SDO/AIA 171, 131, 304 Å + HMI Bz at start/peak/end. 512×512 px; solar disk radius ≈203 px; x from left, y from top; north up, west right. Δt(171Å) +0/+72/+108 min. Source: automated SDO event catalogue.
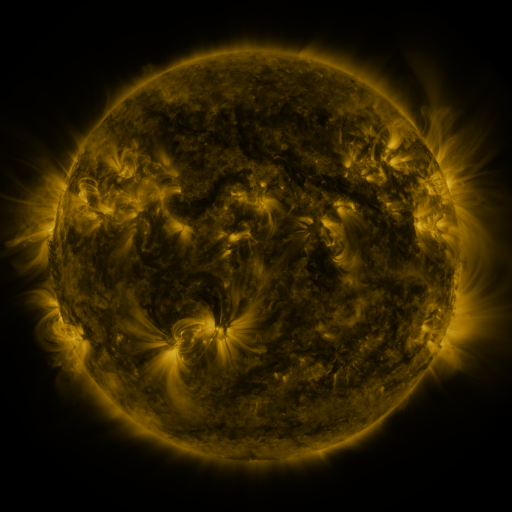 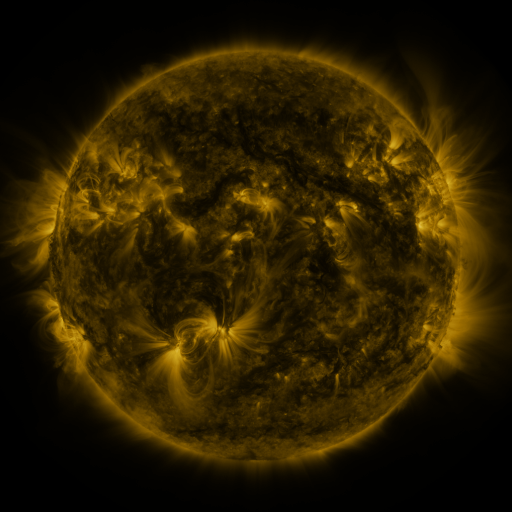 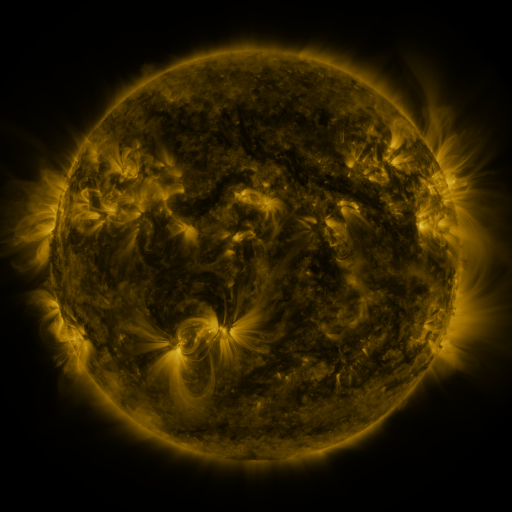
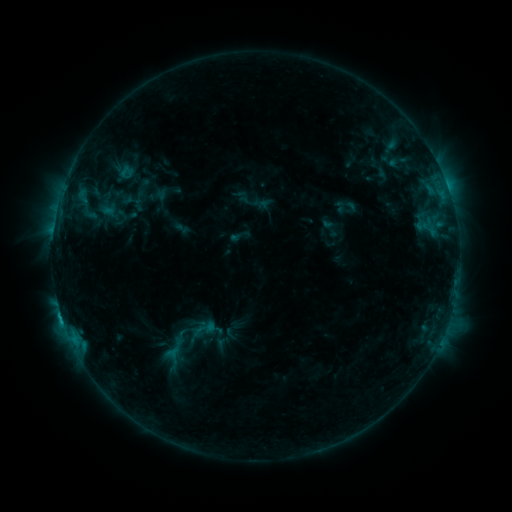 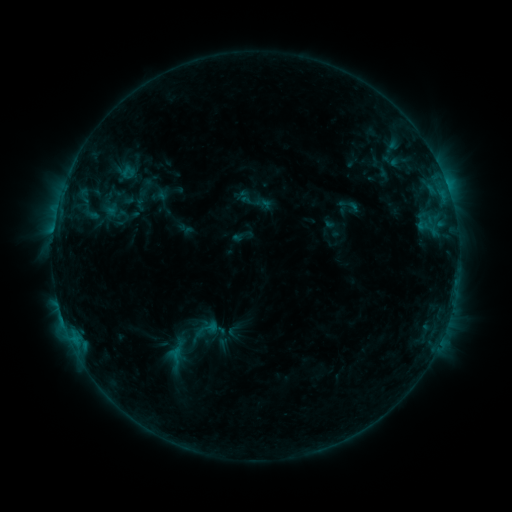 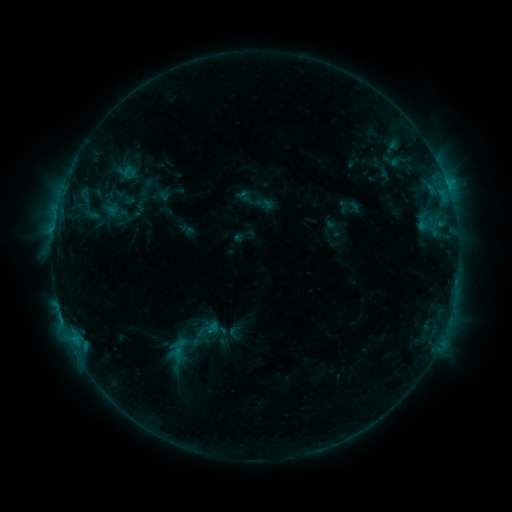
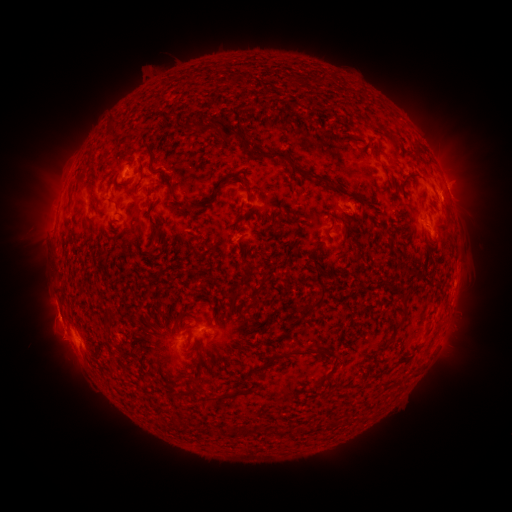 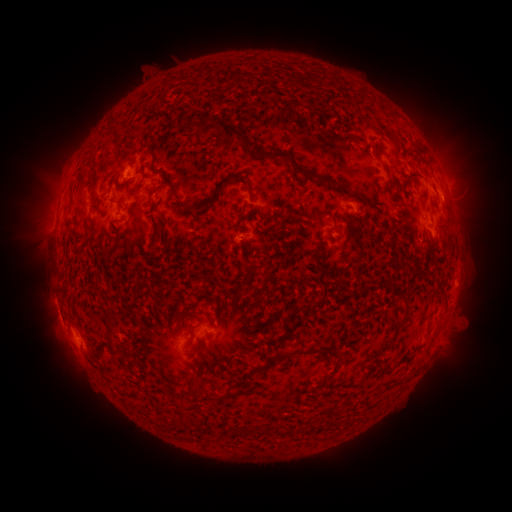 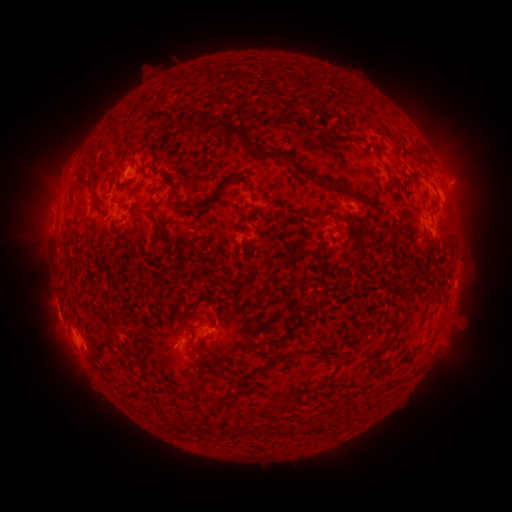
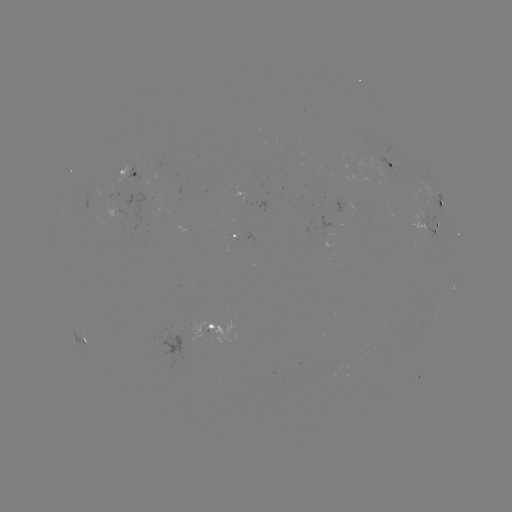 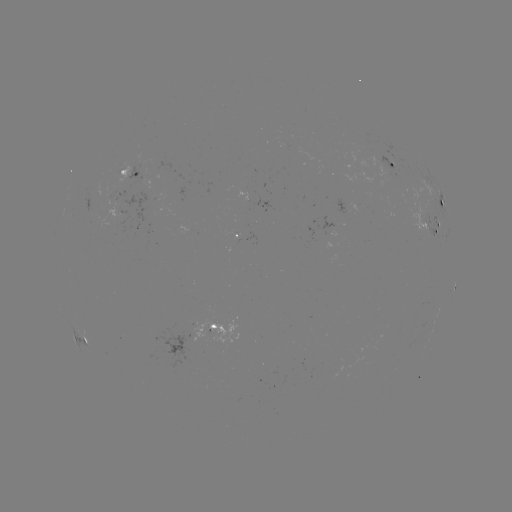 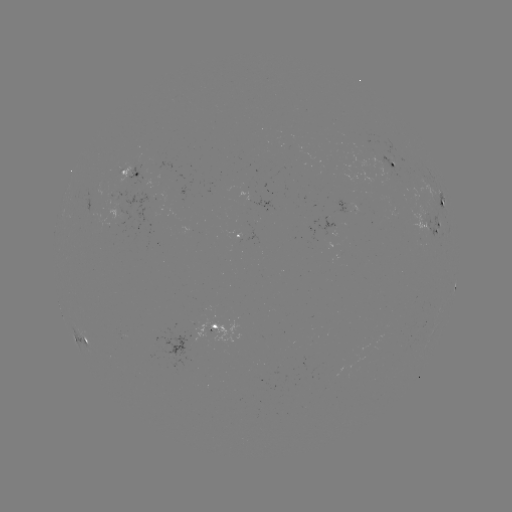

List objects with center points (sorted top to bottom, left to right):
emerging-flux region: (119, 168)
